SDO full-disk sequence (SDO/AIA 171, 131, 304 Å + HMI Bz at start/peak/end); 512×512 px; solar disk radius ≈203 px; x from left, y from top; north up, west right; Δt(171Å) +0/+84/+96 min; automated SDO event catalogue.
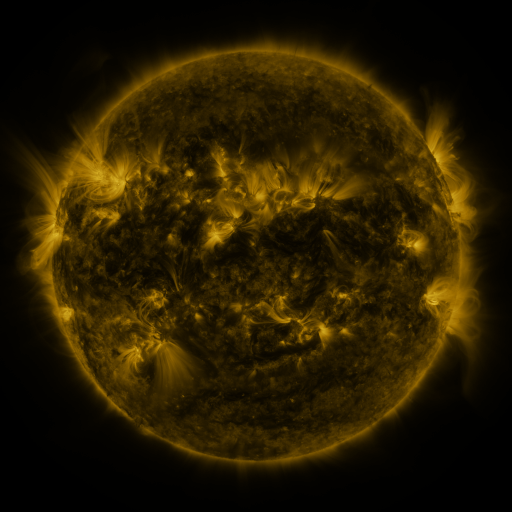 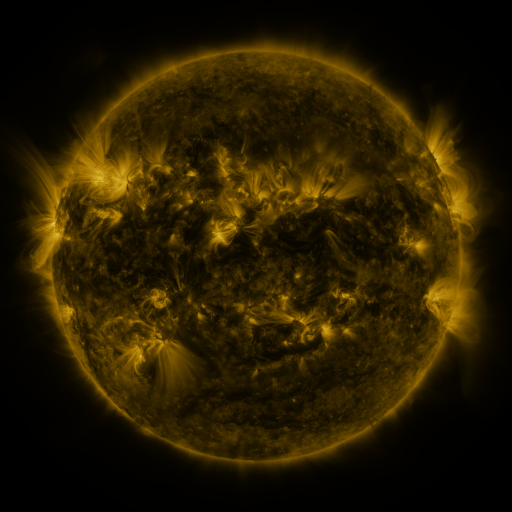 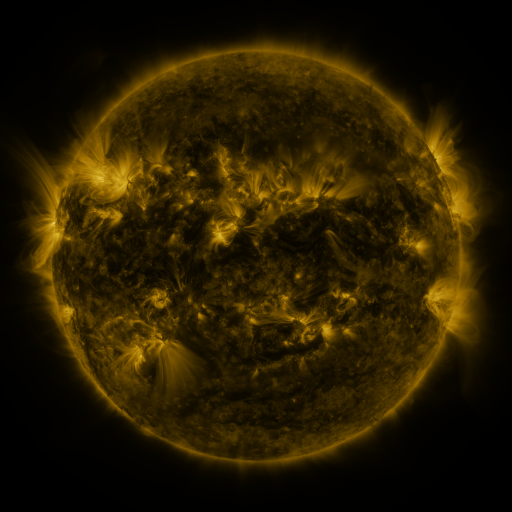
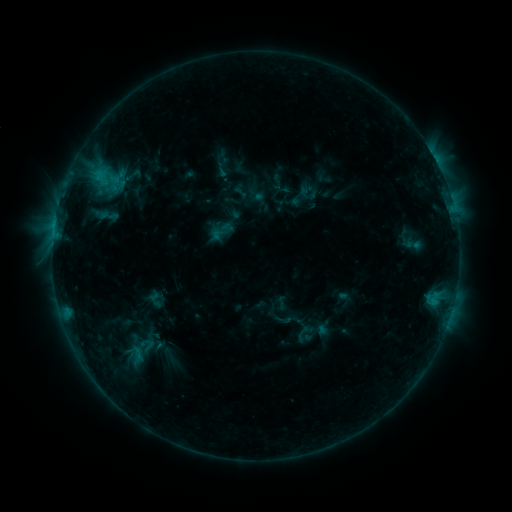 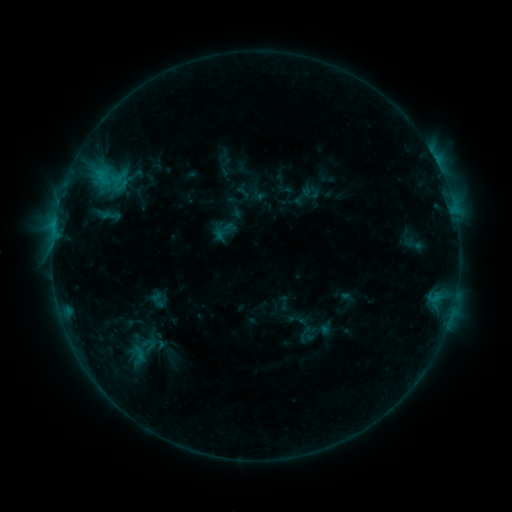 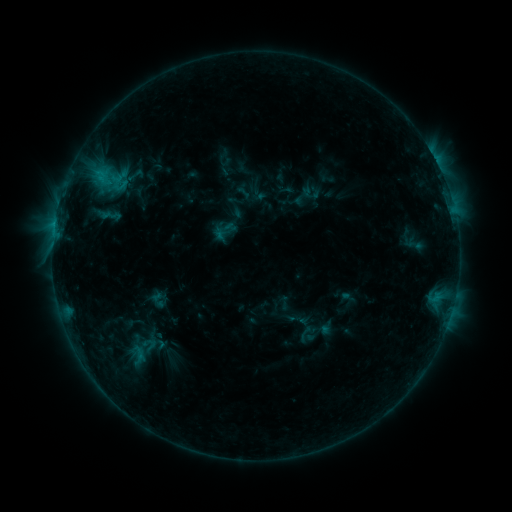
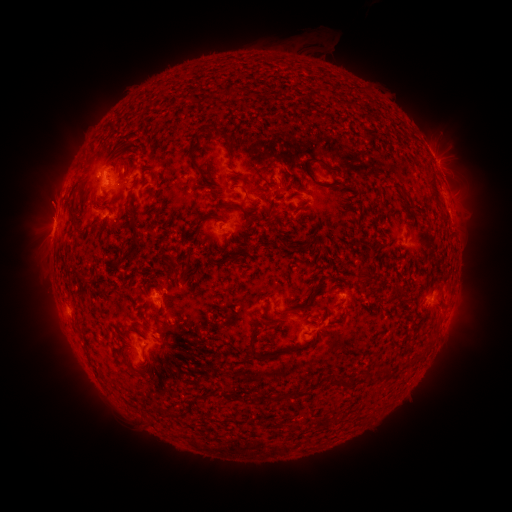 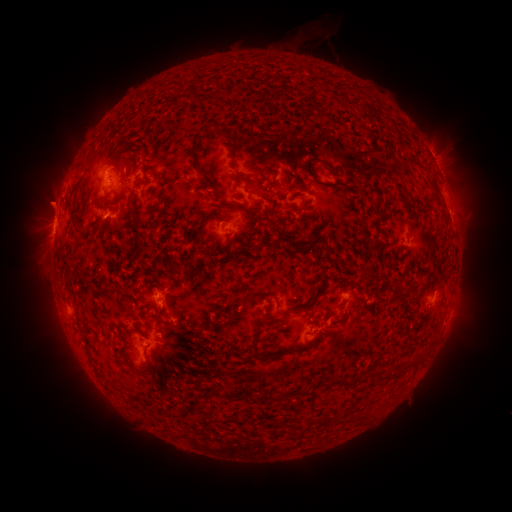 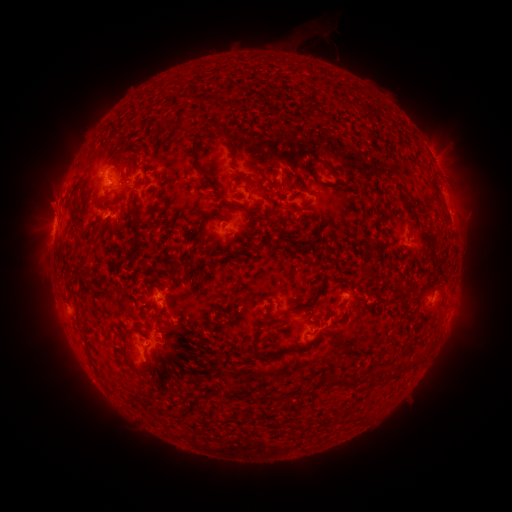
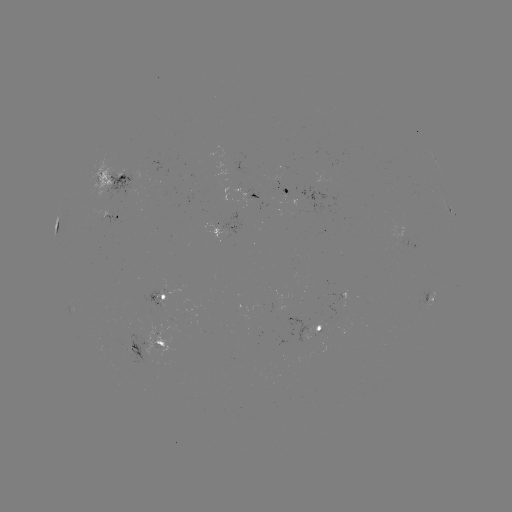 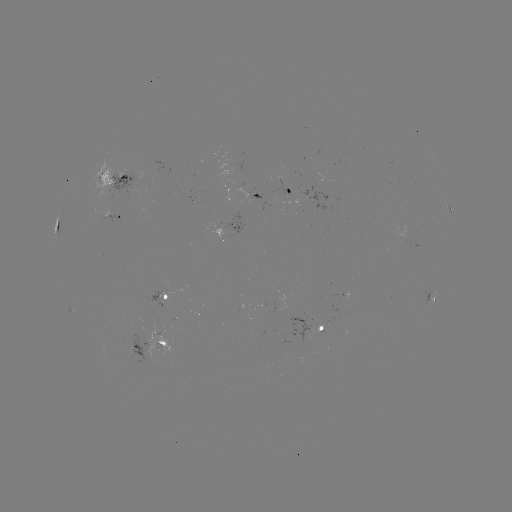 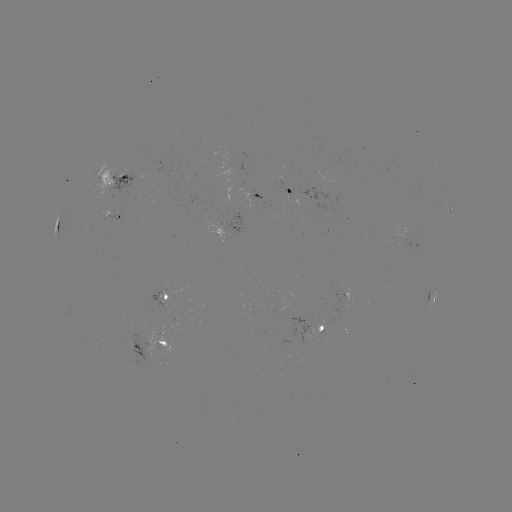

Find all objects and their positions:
emerging-flux region: (123, 177)
